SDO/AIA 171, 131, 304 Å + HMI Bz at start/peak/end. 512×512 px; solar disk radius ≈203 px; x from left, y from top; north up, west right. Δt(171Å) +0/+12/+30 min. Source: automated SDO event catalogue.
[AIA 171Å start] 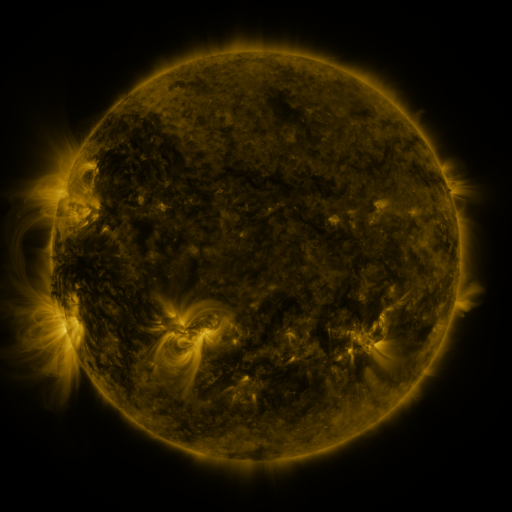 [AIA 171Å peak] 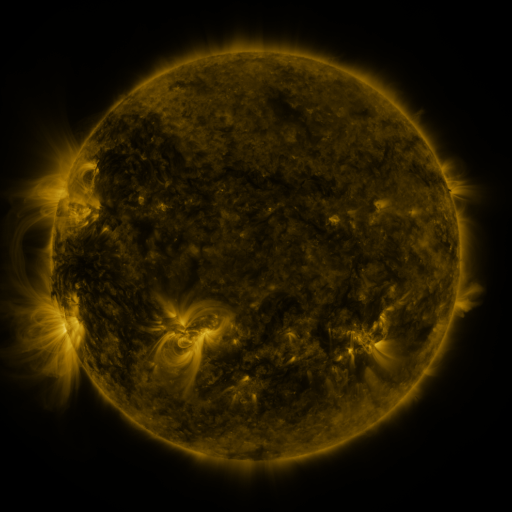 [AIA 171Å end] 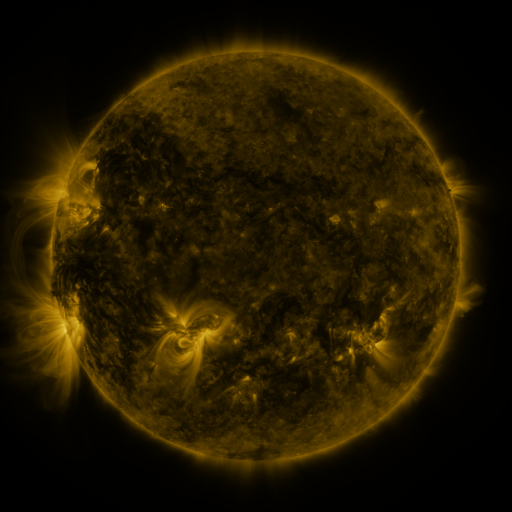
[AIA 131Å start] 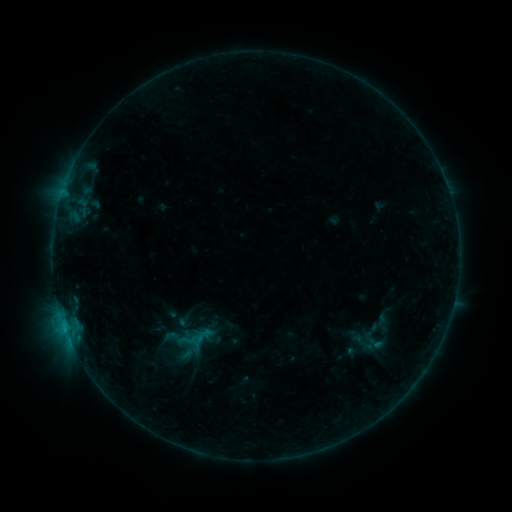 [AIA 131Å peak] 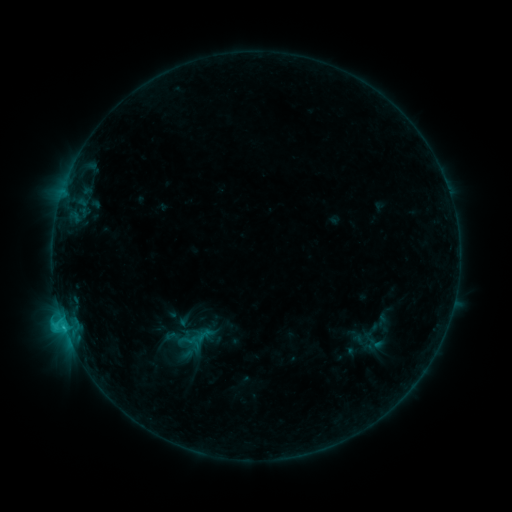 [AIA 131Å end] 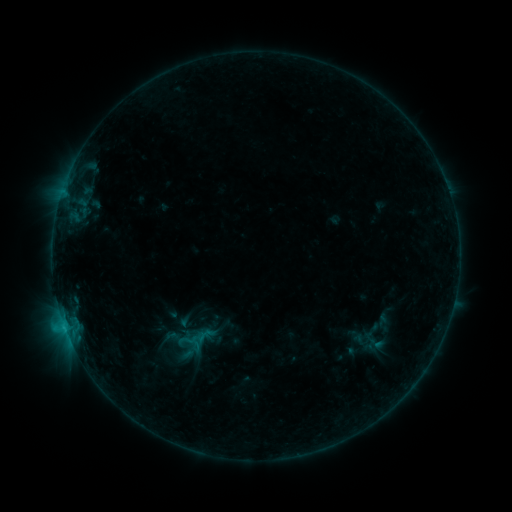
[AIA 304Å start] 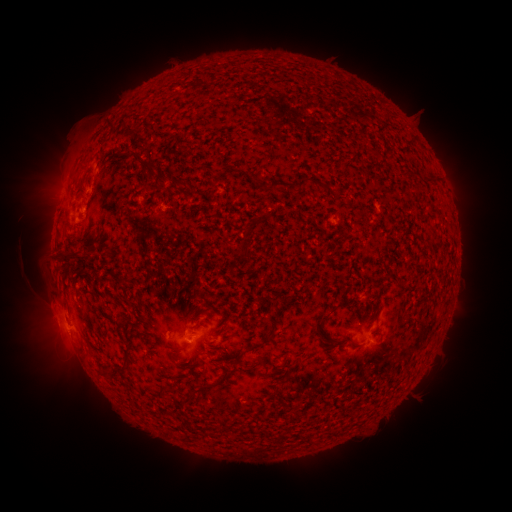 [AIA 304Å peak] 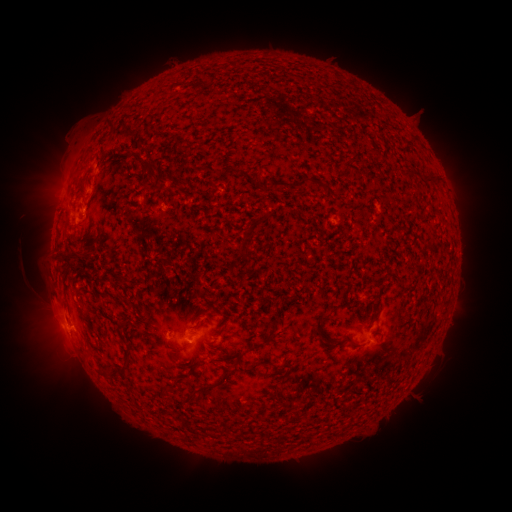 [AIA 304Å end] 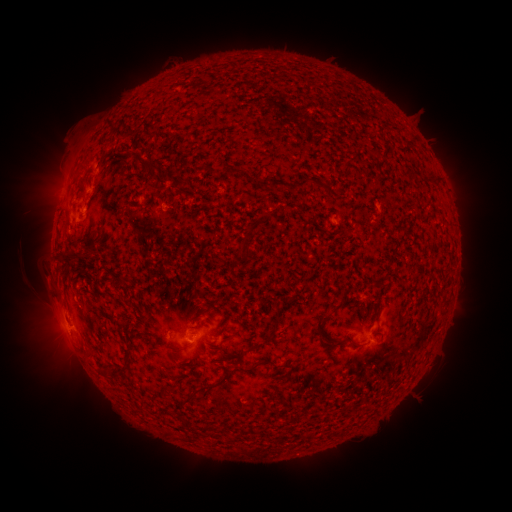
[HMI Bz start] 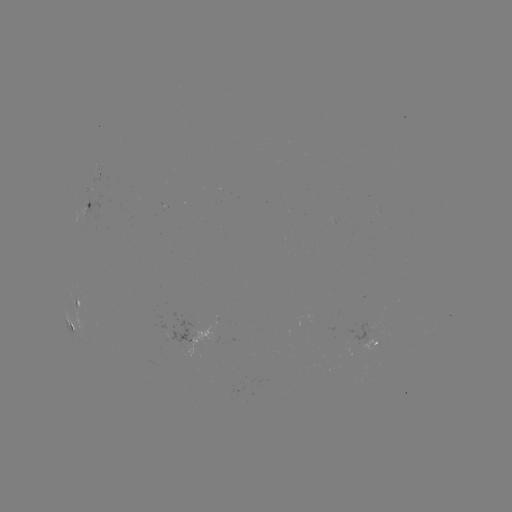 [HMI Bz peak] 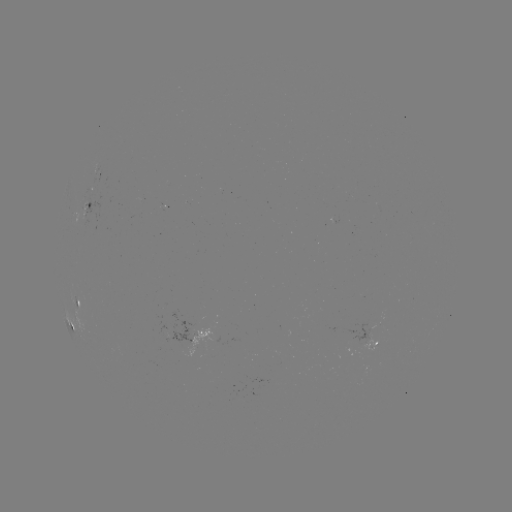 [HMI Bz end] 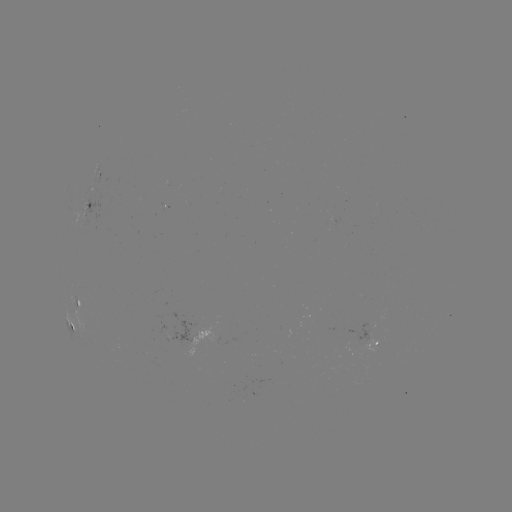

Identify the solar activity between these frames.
C1.1 flare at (65, 326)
